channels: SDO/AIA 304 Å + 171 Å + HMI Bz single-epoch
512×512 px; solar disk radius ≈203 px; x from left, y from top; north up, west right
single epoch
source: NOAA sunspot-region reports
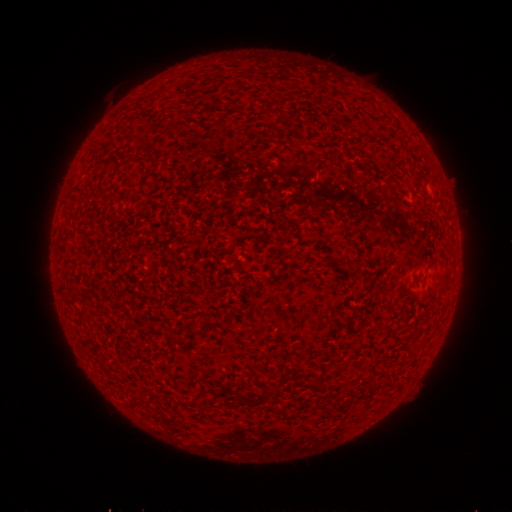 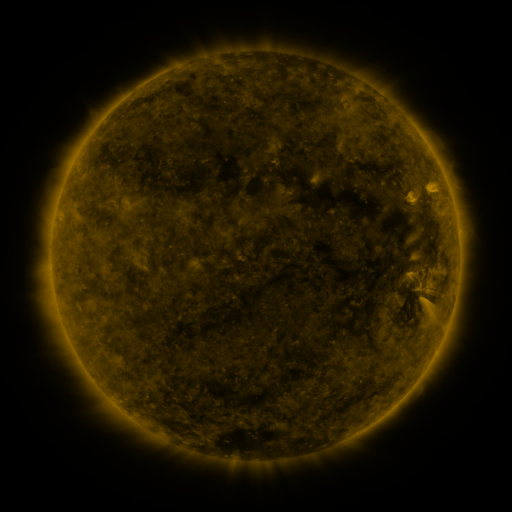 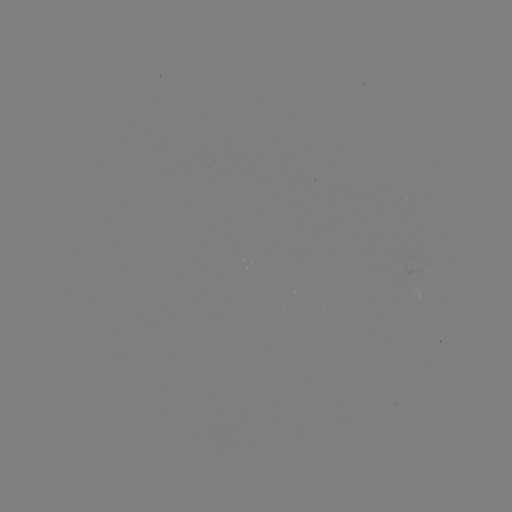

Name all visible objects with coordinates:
(none)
